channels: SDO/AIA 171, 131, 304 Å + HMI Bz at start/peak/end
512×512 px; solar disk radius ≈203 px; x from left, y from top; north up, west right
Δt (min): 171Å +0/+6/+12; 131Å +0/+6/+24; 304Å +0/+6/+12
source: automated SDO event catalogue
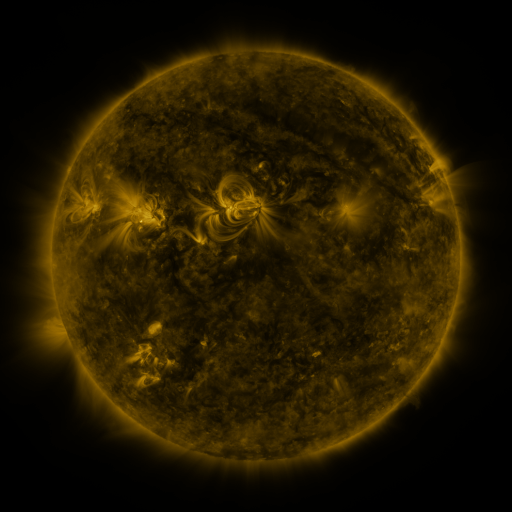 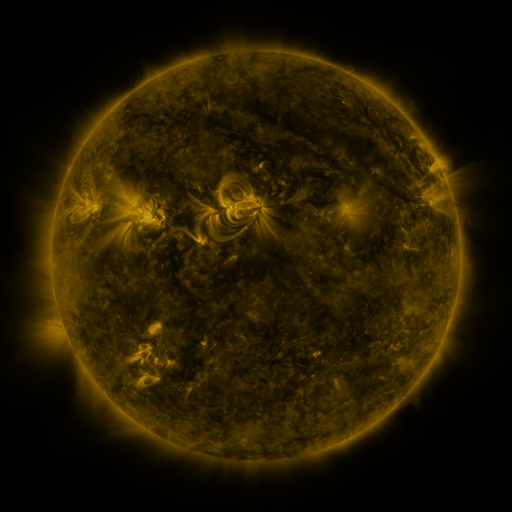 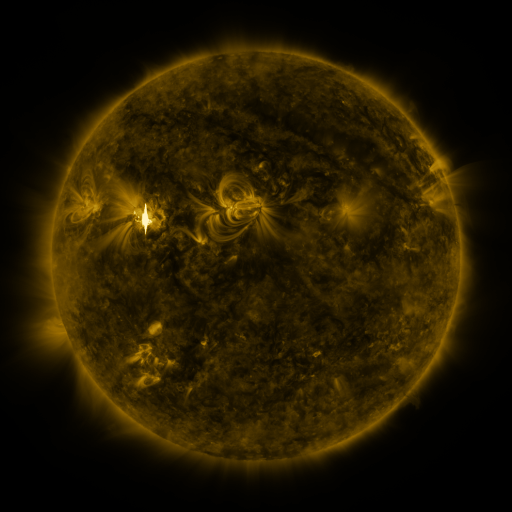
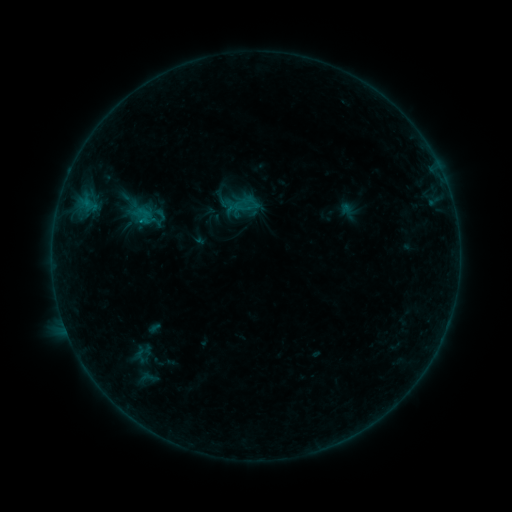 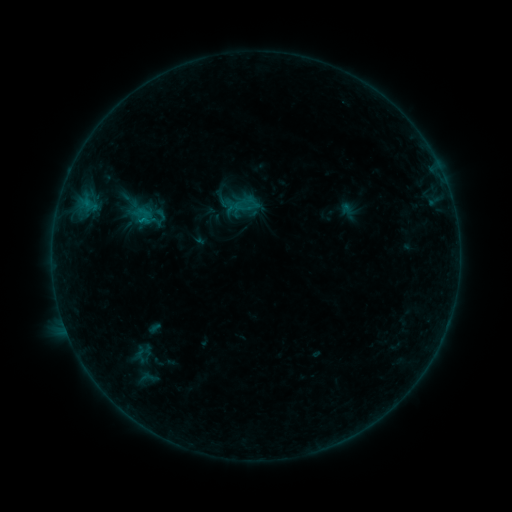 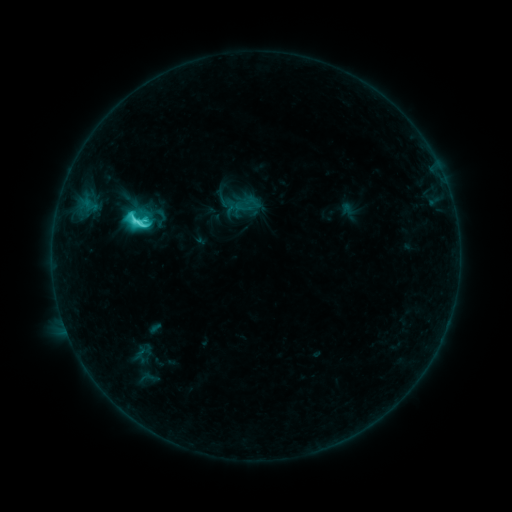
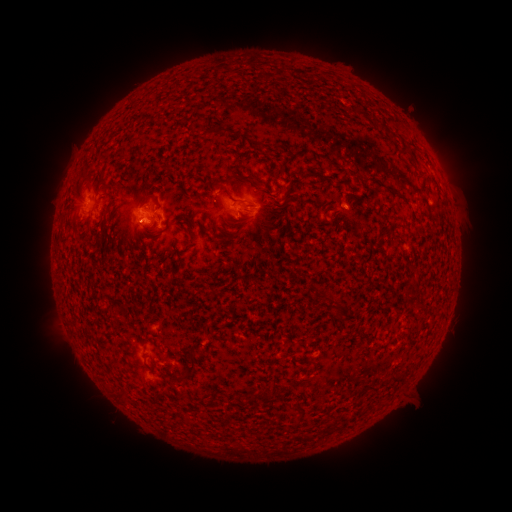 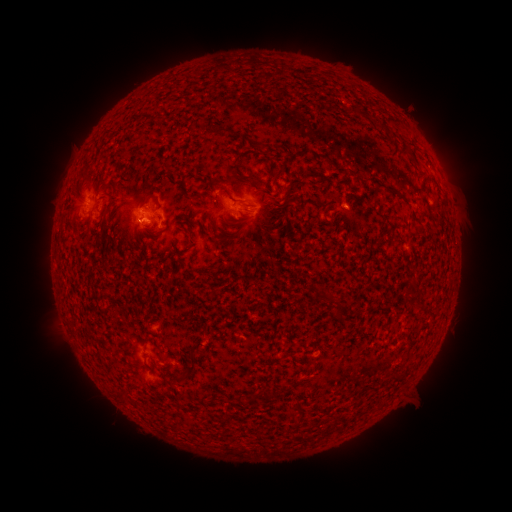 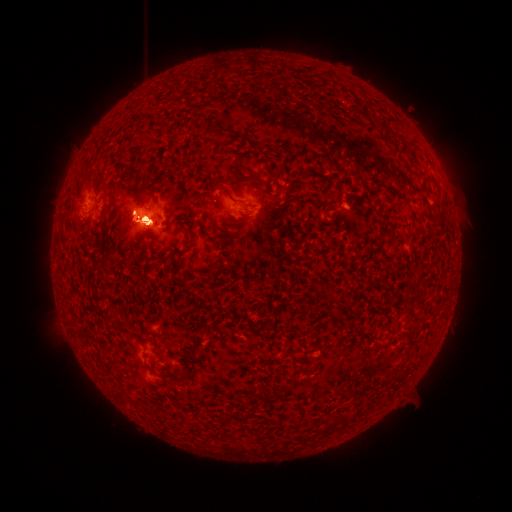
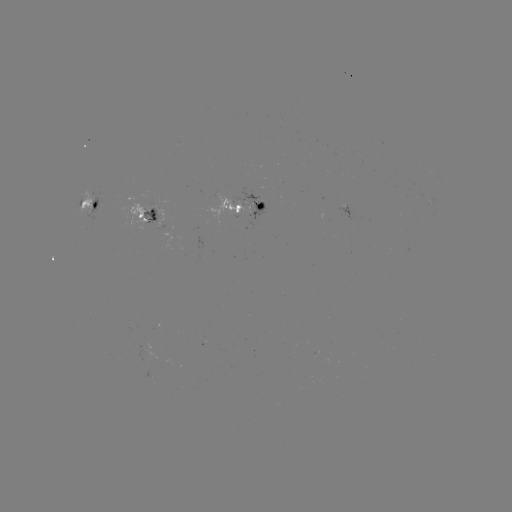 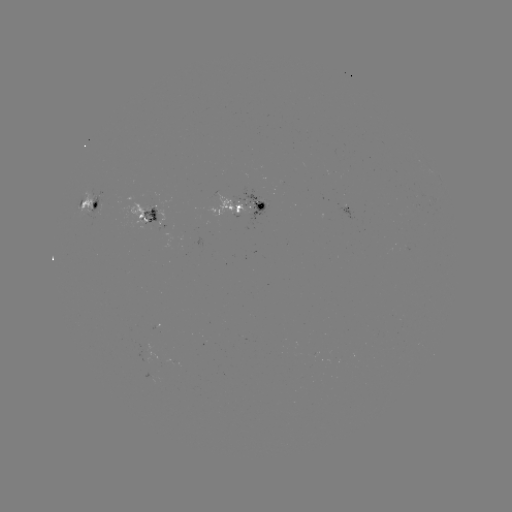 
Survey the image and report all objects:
M9.3 flare: (142, 222)
